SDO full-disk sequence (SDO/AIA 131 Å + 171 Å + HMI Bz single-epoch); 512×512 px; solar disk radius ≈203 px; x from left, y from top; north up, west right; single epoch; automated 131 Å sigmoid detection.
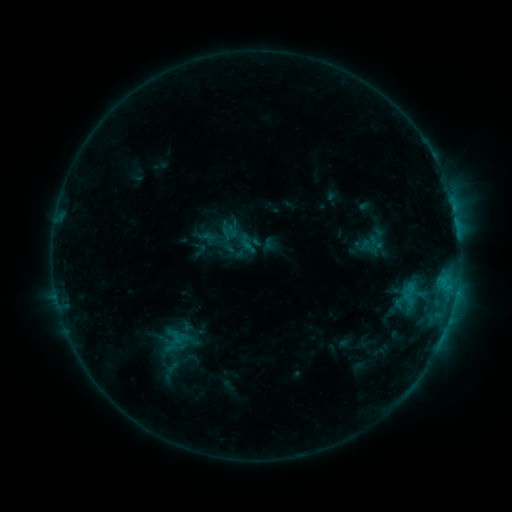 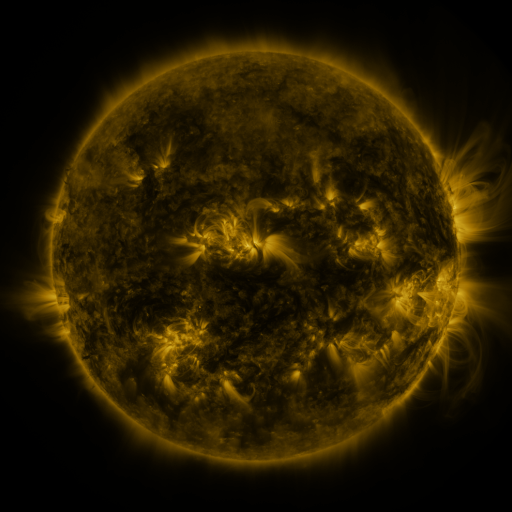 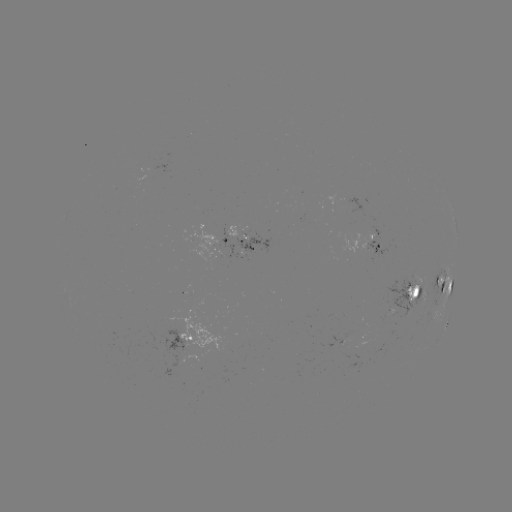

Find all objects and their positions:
sigmoid: (400, 282, 420, 303)
